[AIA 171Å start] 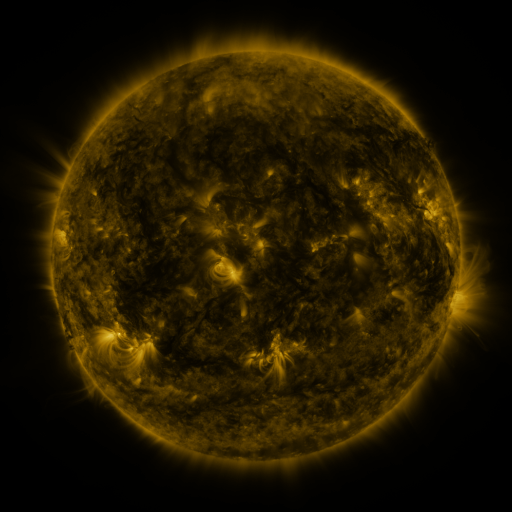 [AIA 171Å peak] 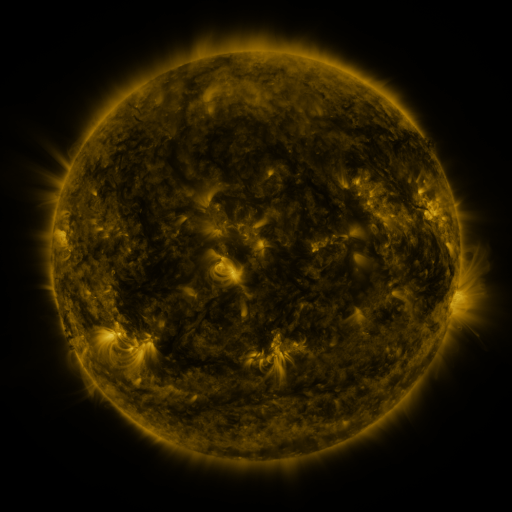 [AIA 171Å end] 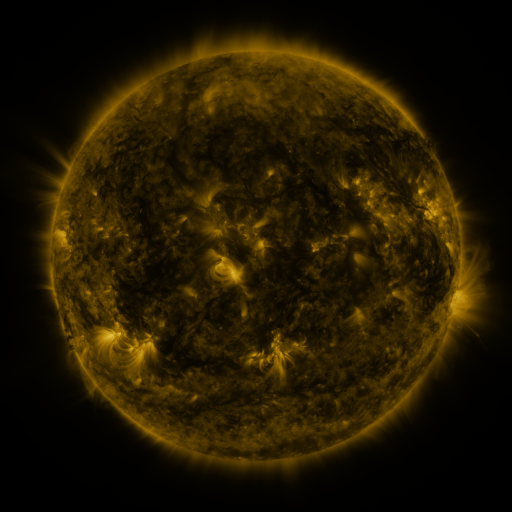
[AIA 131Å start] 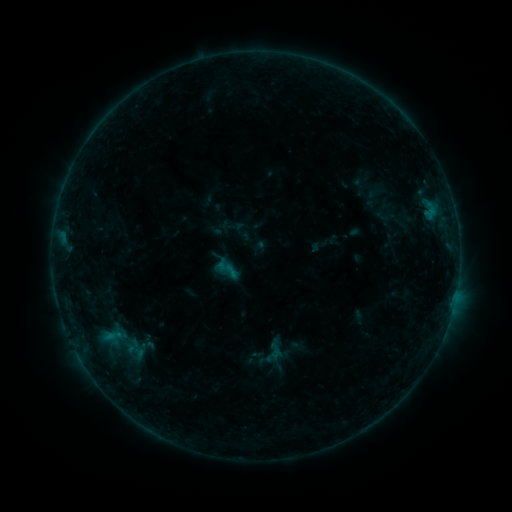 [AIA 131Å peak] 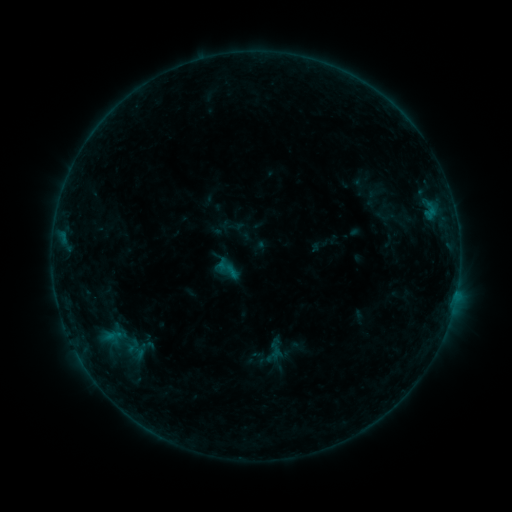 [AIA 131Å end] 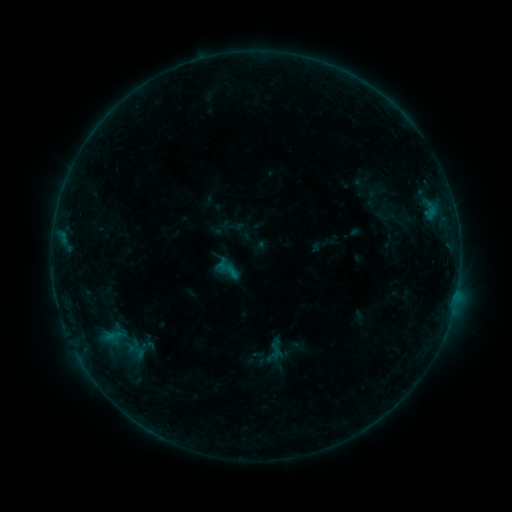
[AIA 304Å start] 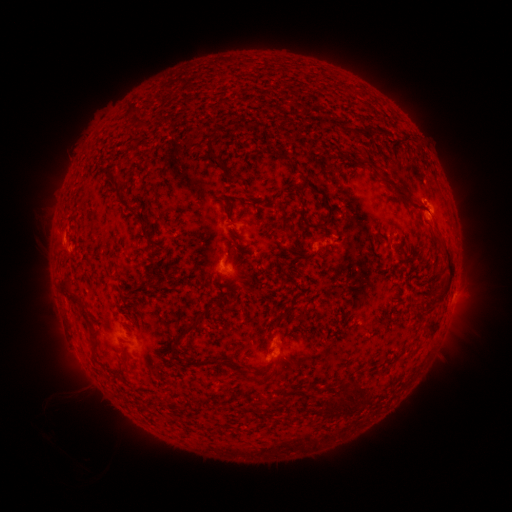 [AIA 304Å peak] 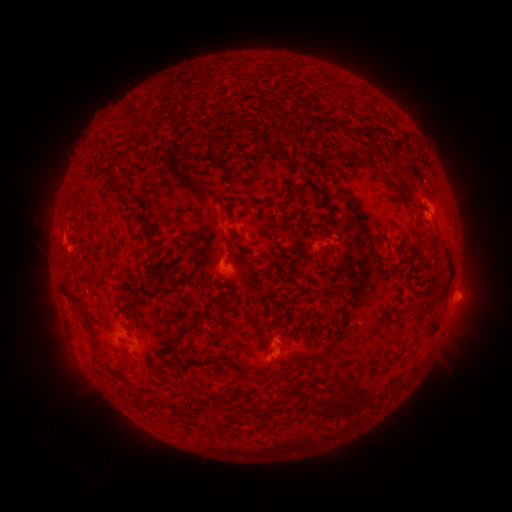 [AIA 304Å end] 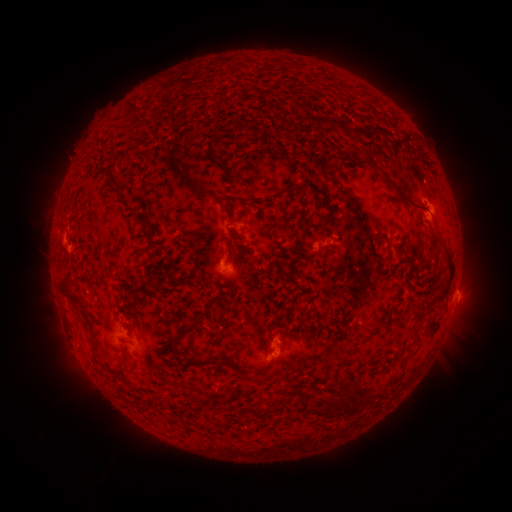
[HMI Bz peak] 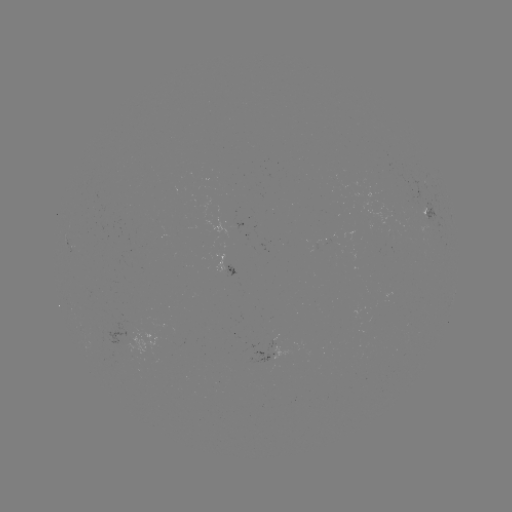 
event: eruption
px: (464, 292)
